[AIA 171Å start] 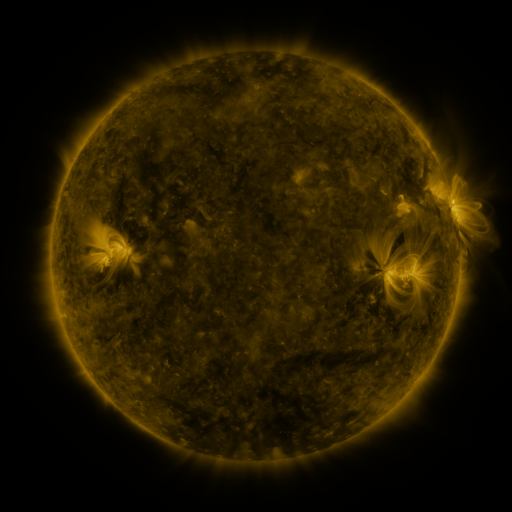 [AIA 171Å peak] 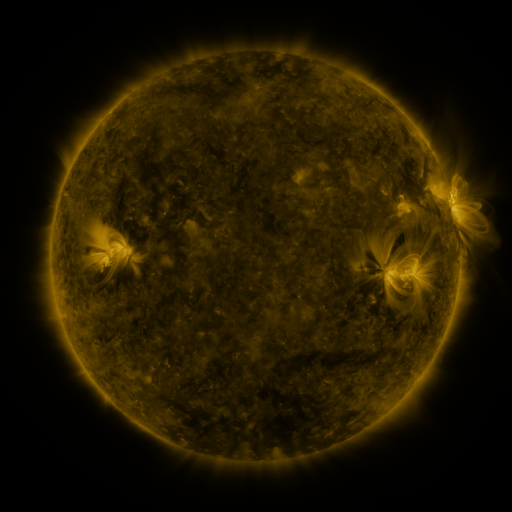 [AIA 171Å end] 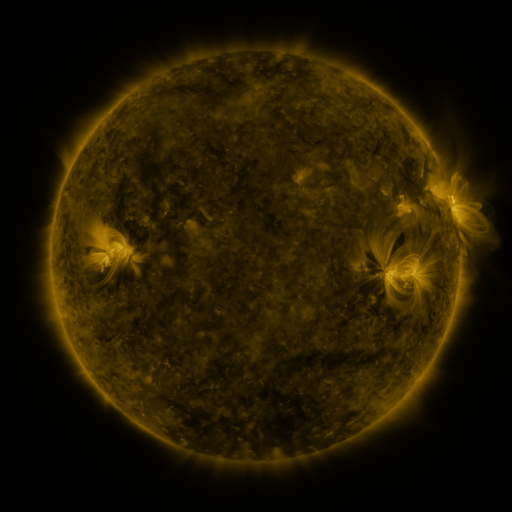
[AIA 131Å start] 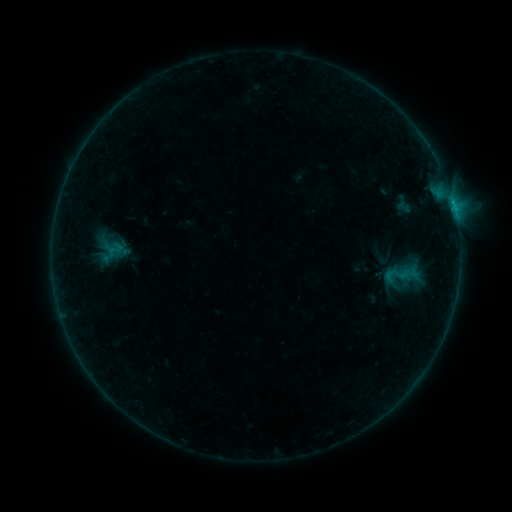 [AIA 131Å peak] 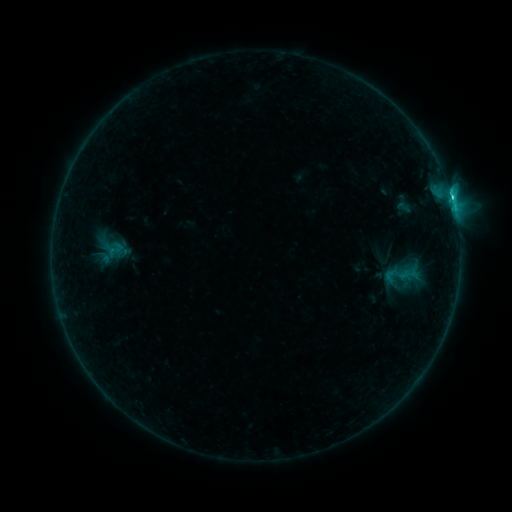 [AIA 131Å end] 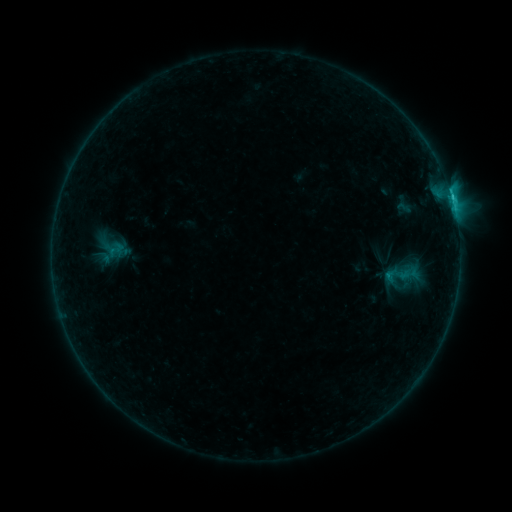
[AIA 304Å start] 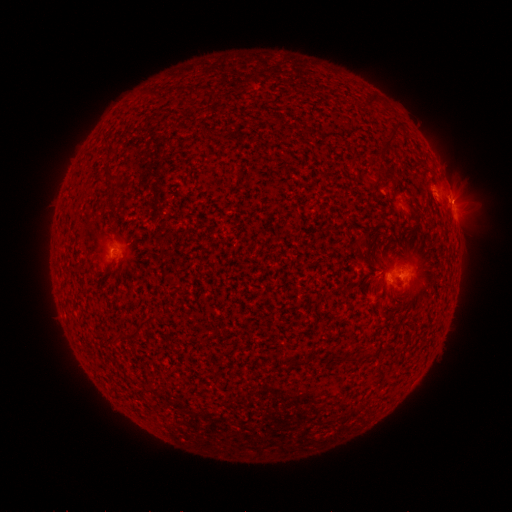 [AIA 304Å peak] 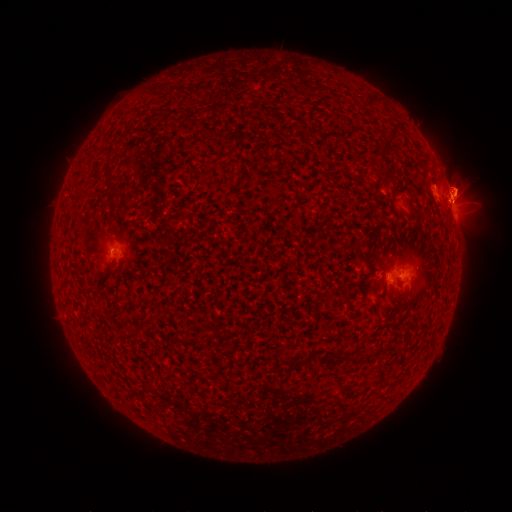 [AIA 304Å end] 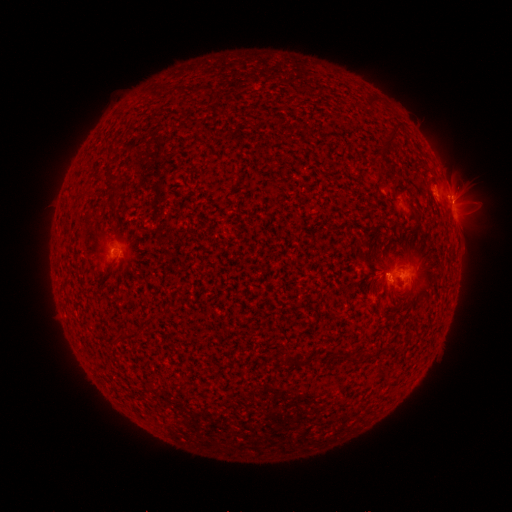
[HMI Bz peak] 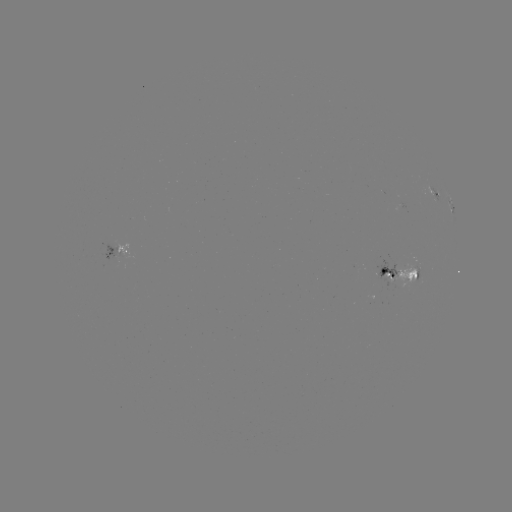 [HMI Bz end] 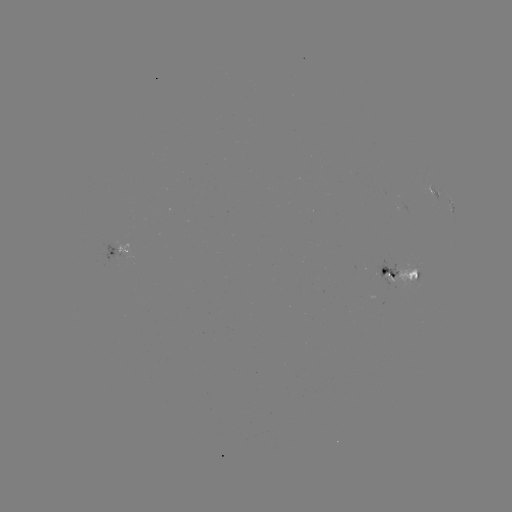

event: flare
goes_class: C2.3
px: (450, 199)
